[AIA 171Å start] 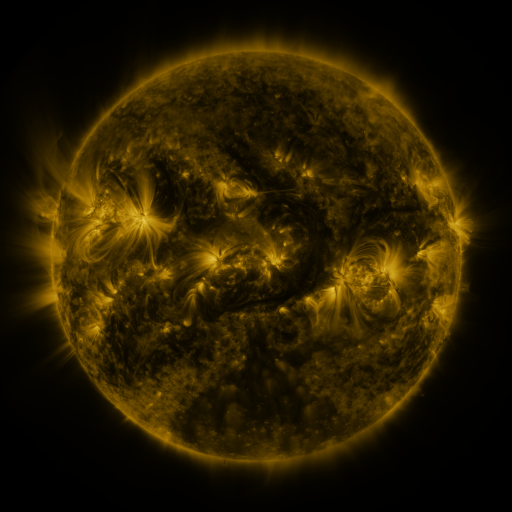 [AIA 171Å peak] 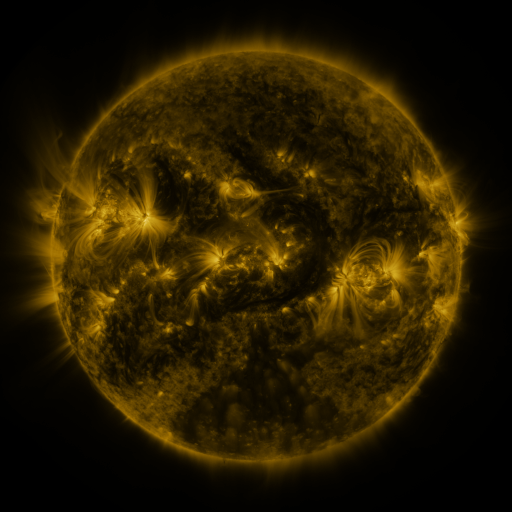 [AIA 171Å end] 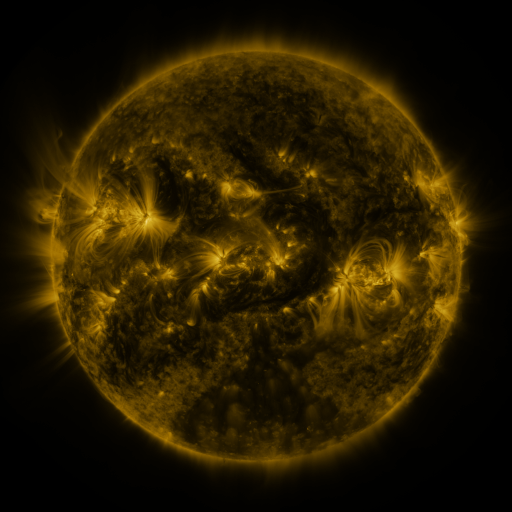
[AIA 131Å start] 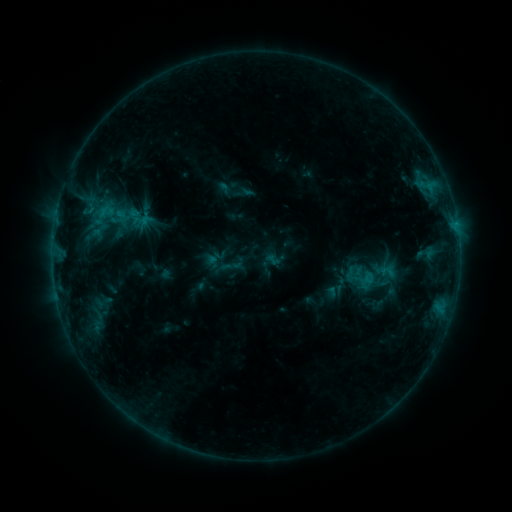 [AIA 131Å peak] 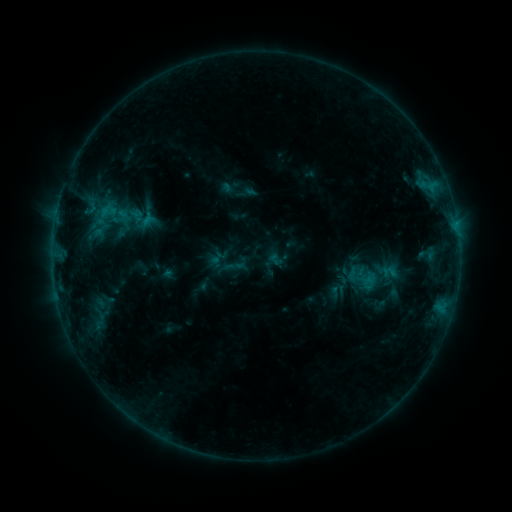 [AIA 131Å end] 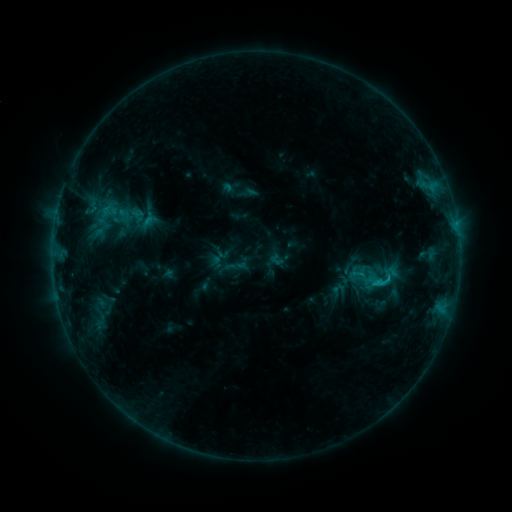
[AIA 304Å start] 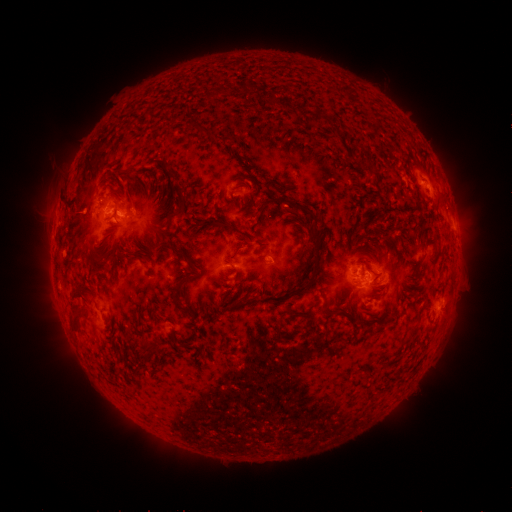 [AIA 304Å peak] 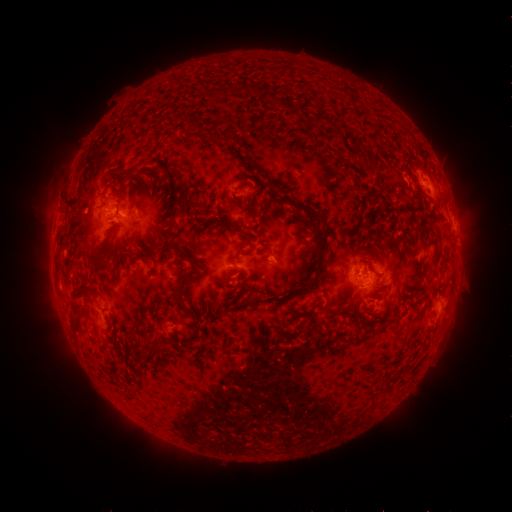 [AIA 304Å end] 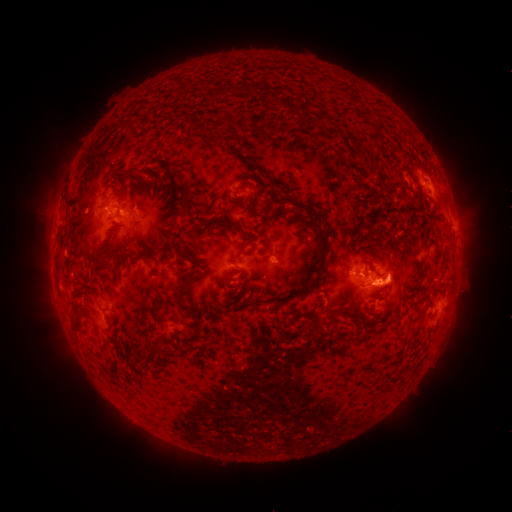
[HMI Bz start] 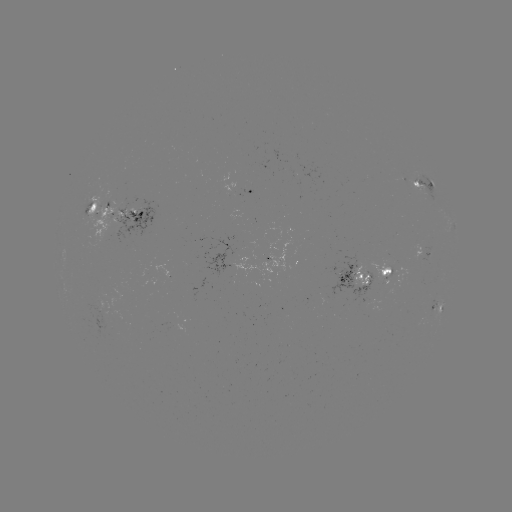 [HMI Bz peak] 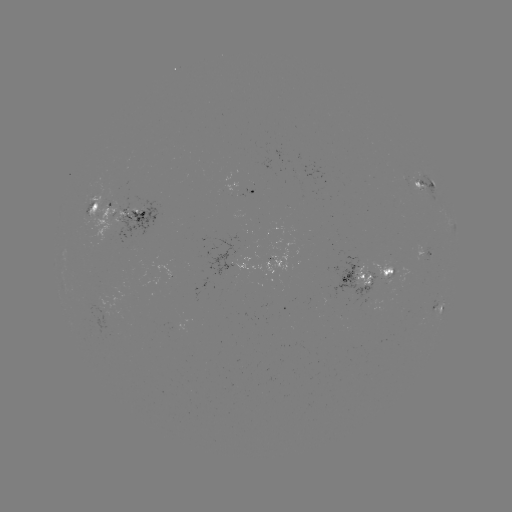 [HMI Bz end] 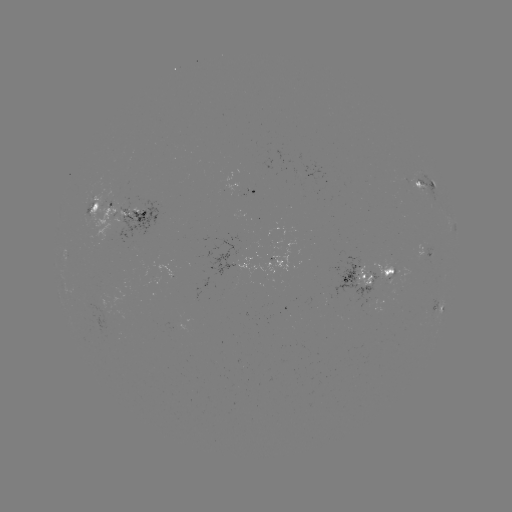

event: emerging-flux region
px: (386, 277)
